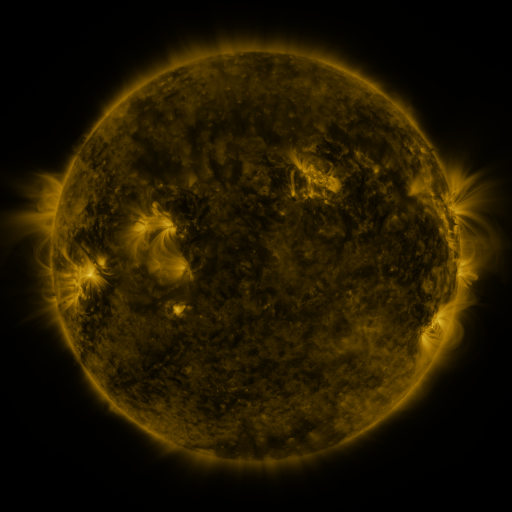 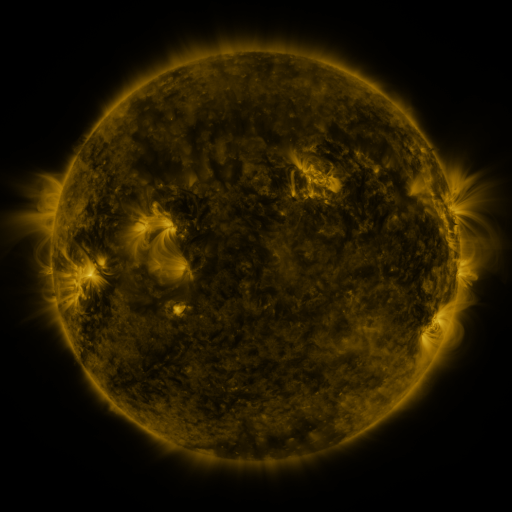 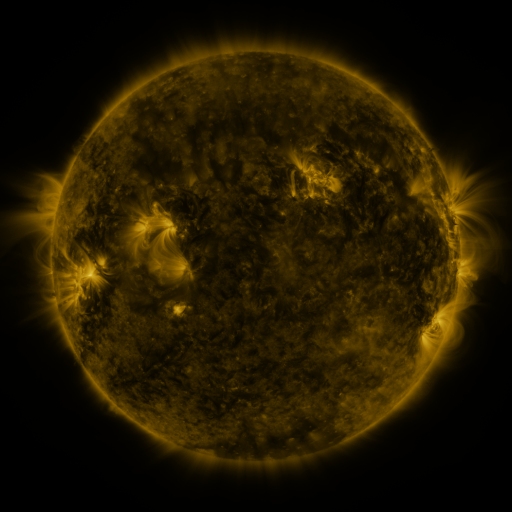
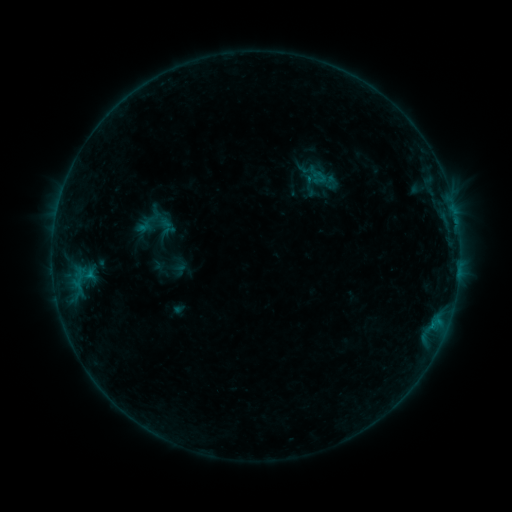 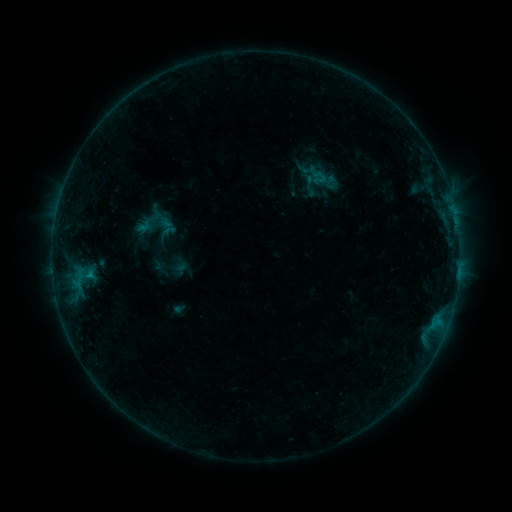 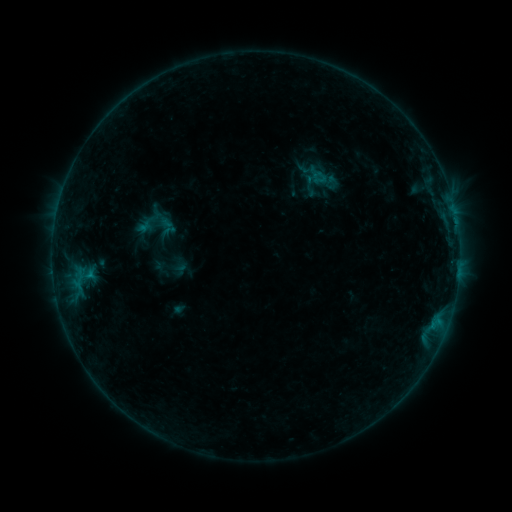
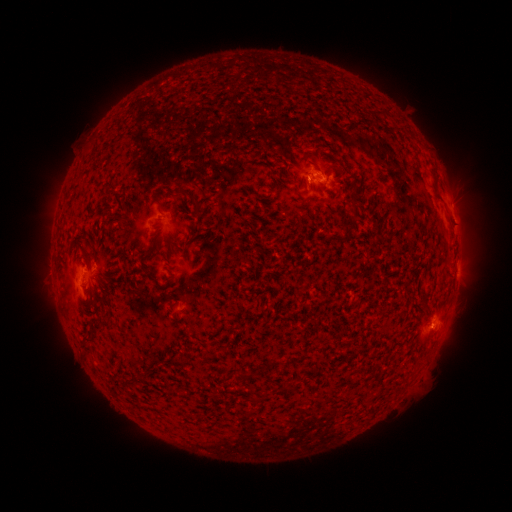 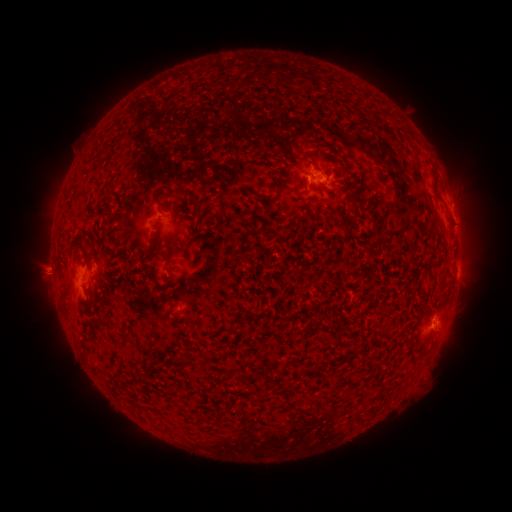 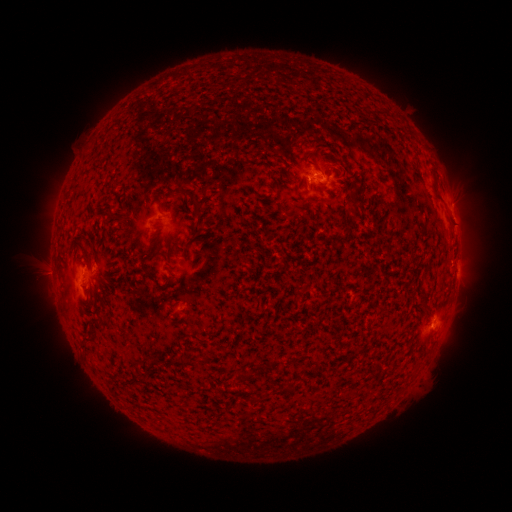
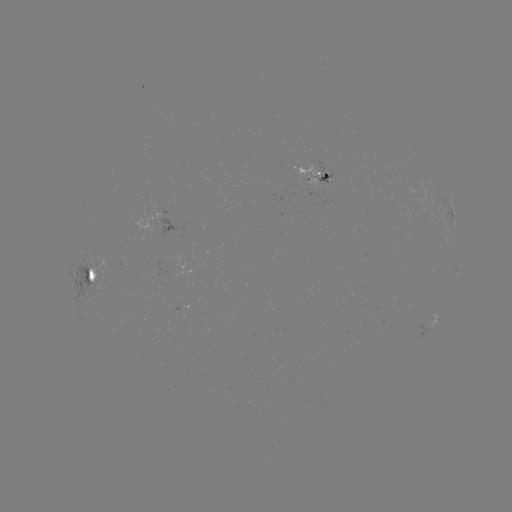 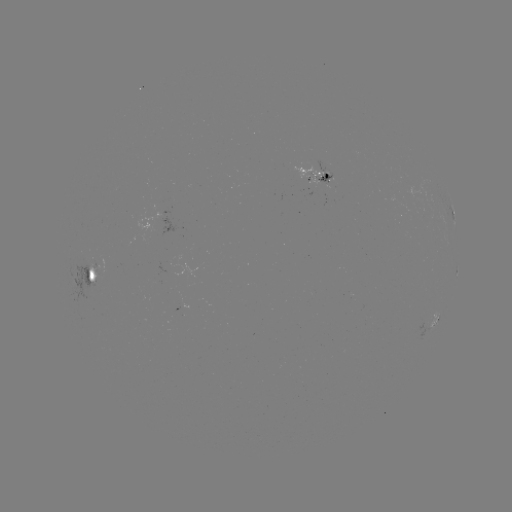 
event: eruption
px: (48, 270)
